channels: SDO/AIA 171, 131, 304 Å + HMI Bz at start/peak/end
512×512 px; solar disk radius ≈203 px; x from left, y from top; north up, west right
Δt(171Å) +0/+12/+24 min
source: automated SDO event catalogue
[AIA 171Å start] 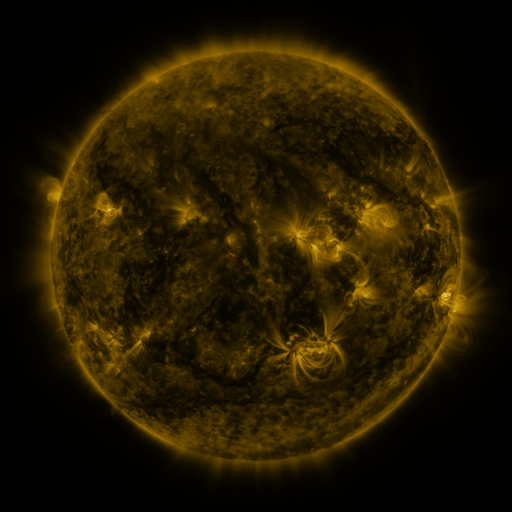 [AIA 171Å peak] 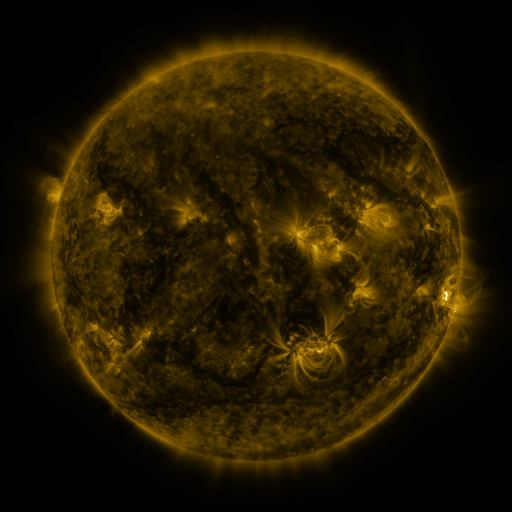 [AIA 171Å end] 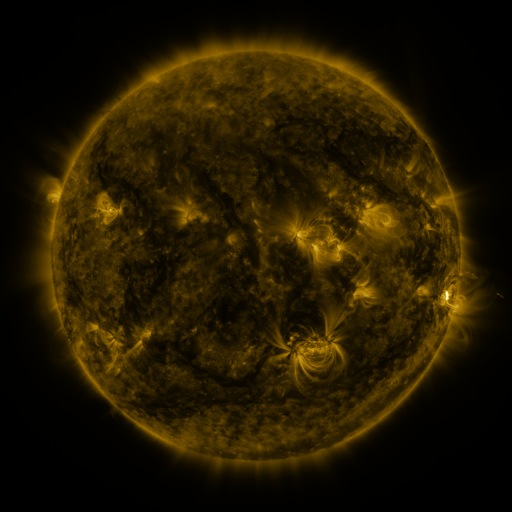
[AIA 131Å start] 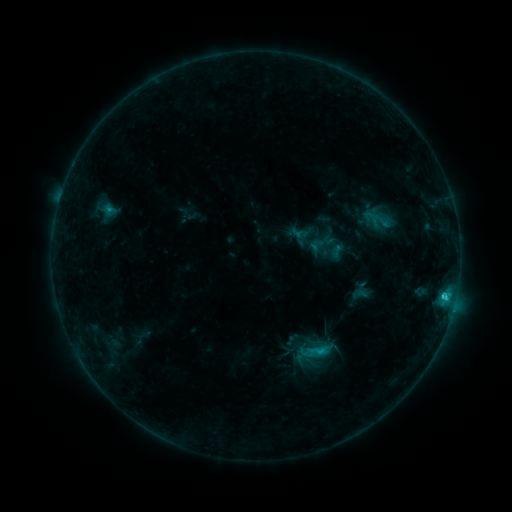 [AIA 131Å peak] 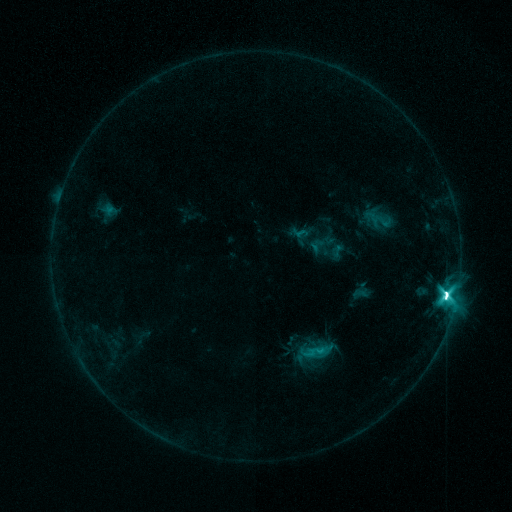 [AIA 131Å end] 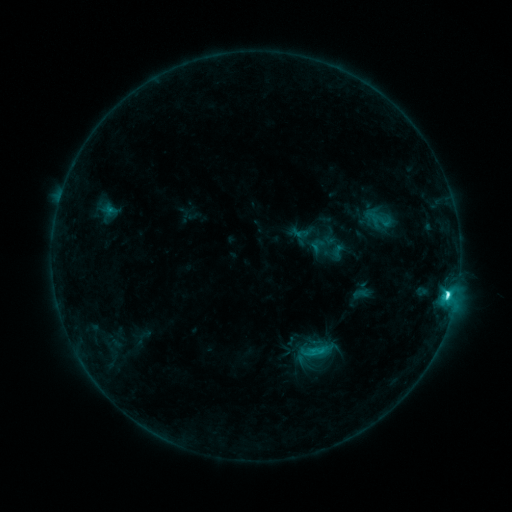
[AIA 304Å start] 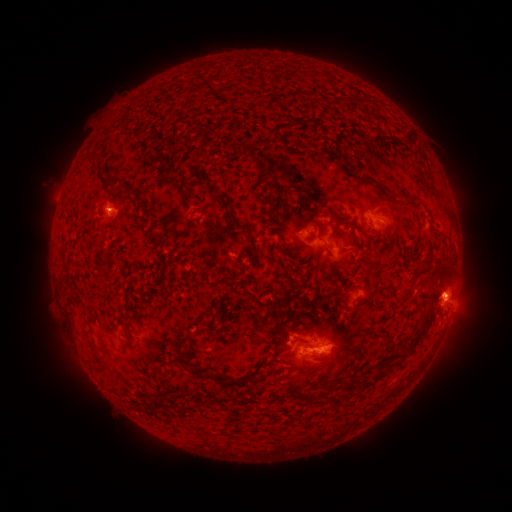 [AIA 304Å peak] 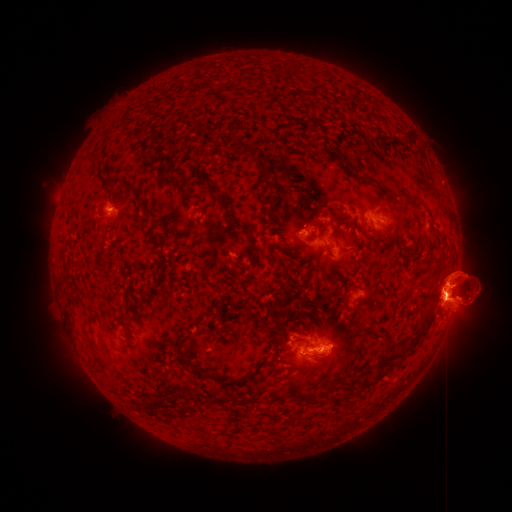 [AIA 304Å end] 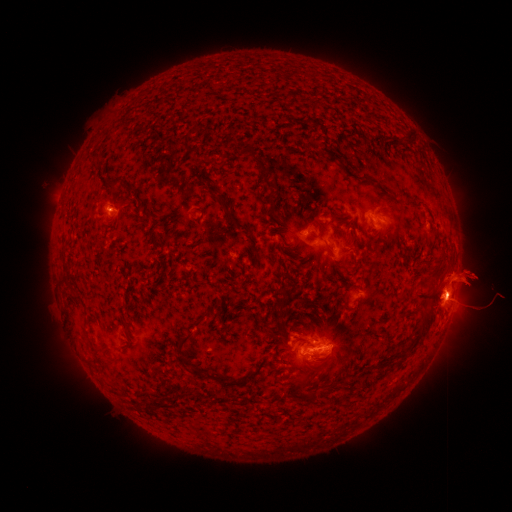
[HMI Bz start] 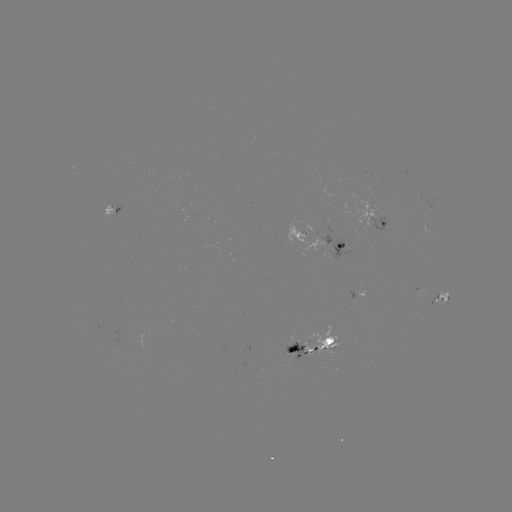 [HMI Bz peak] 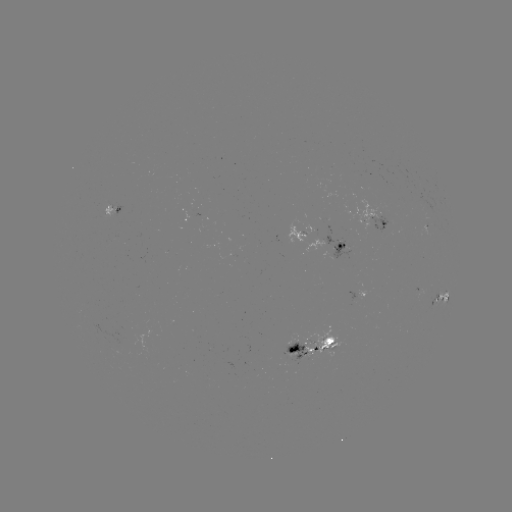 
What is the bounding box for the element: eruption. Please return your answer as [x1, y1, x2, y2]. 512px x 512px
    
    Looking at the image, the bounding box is [331, 184, 511, 377].